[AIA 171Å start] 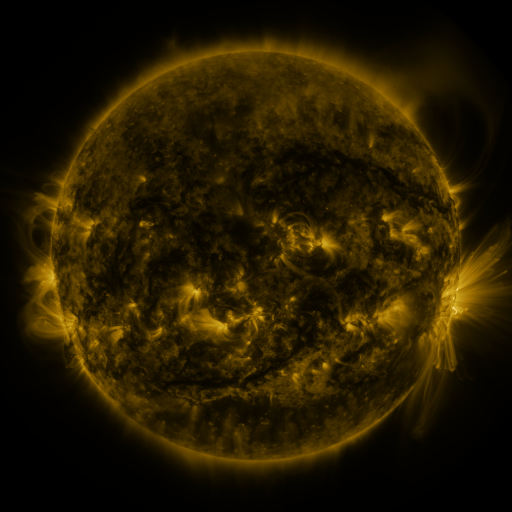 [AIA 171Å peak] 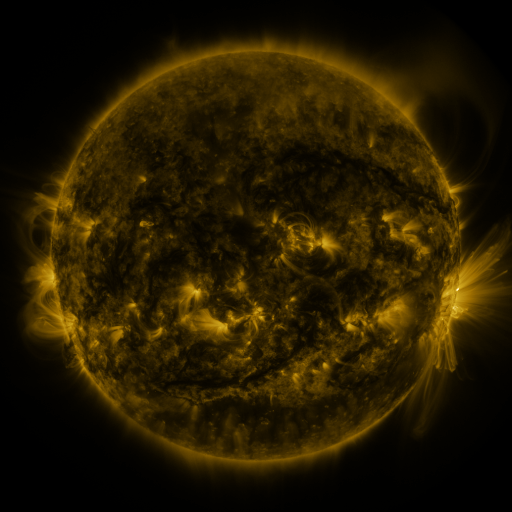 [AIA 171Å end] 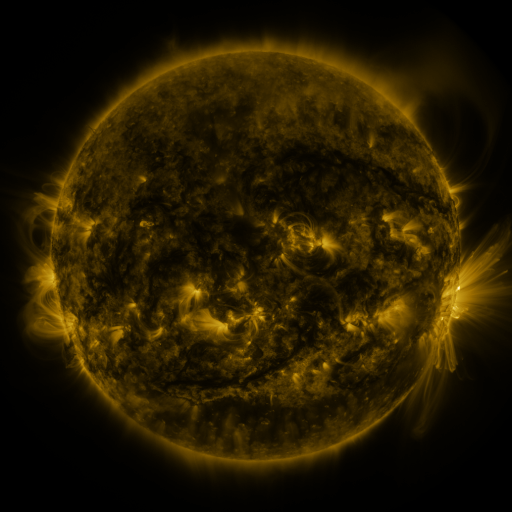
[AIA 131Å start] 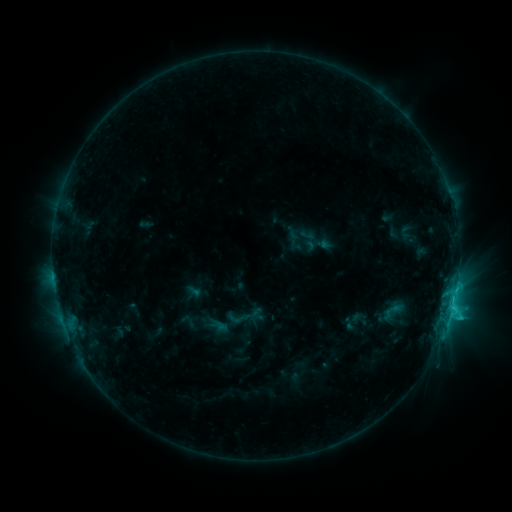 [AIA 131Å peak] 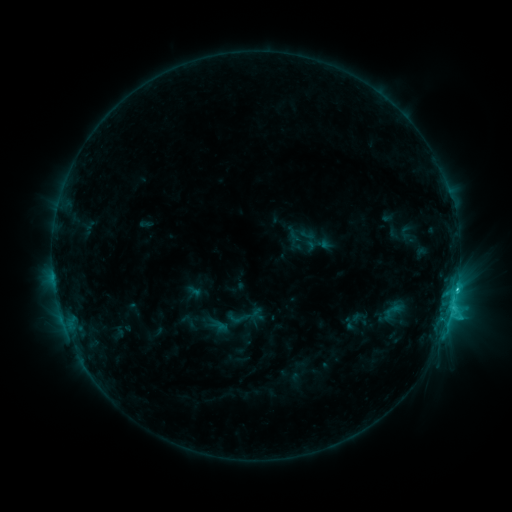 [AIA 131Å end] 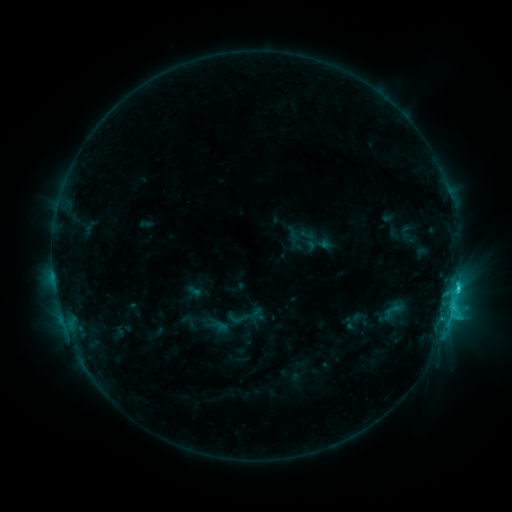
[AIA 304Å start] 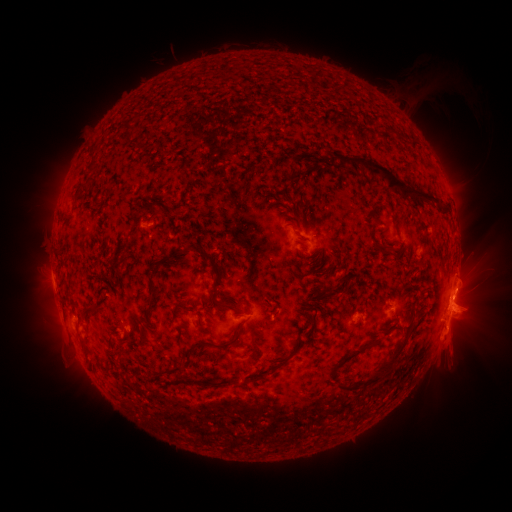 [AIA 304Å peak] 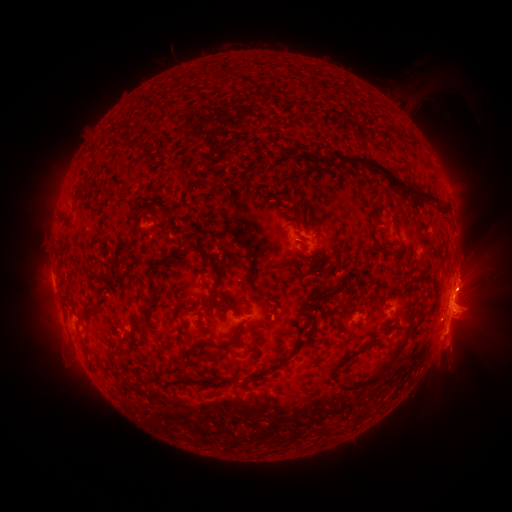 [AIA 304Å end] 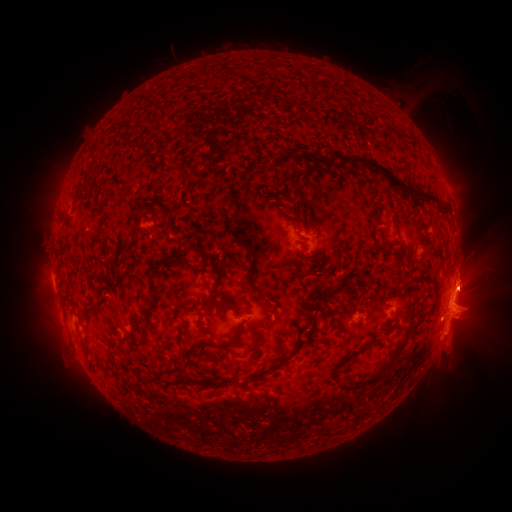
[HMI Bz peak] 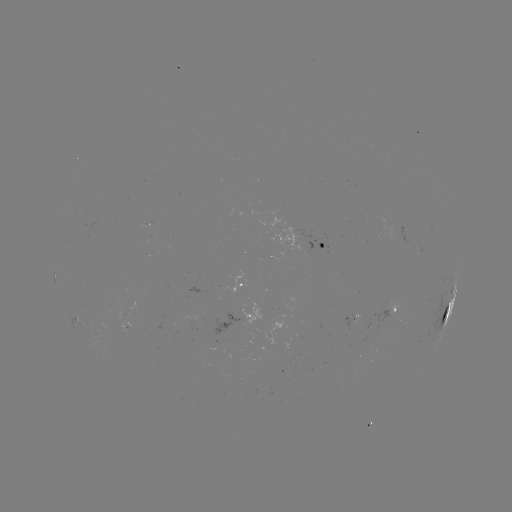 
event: eruption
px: (470, 287)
